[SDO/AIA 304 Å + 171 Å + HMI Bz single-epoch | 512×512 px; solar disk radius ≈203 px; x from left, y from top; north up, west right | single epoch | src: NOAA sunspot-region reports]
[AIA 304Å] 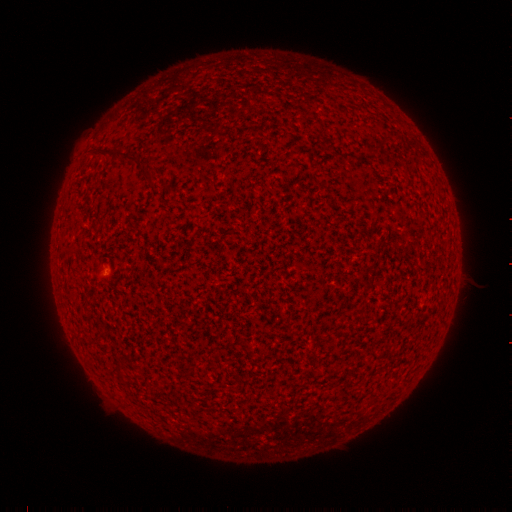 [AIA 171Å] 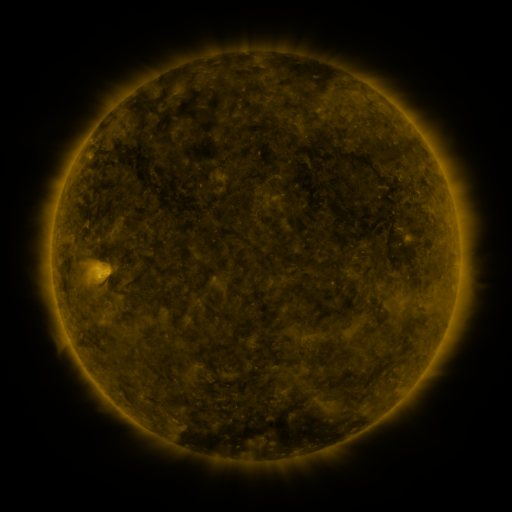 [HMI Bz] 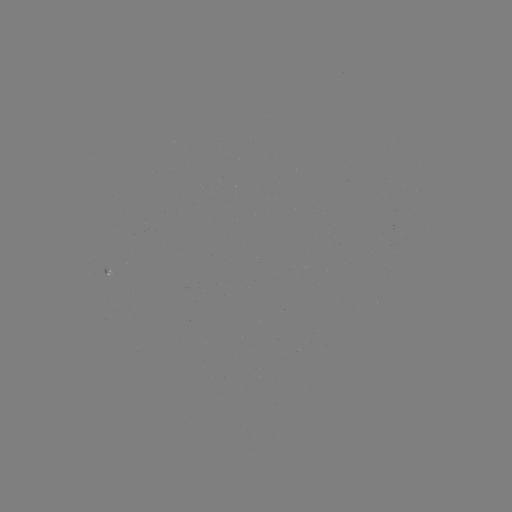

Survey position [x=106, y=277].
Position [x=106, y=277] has spotted active region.